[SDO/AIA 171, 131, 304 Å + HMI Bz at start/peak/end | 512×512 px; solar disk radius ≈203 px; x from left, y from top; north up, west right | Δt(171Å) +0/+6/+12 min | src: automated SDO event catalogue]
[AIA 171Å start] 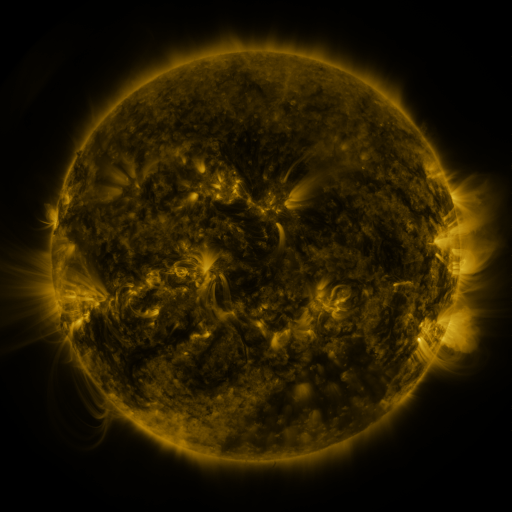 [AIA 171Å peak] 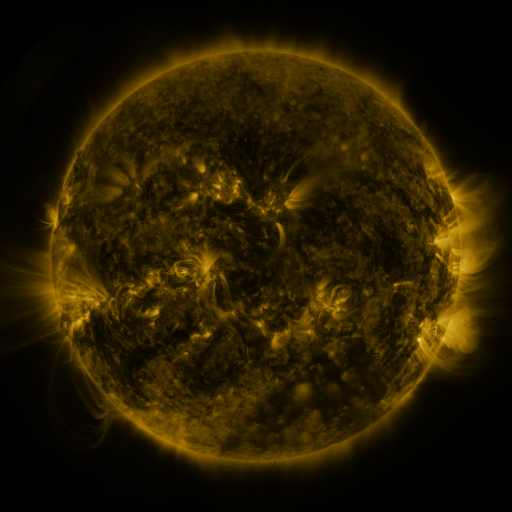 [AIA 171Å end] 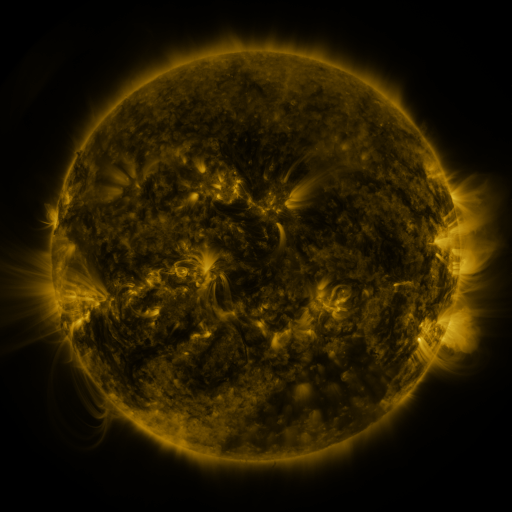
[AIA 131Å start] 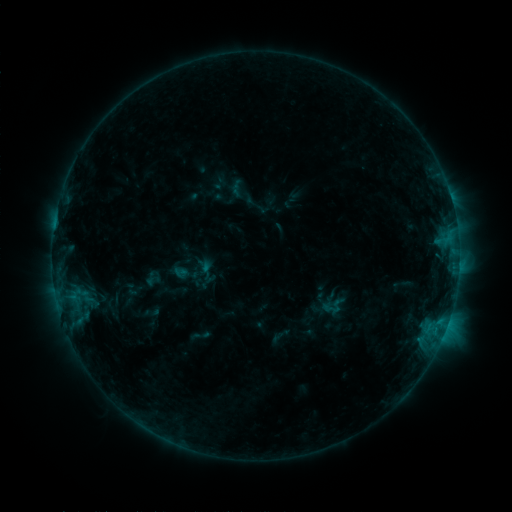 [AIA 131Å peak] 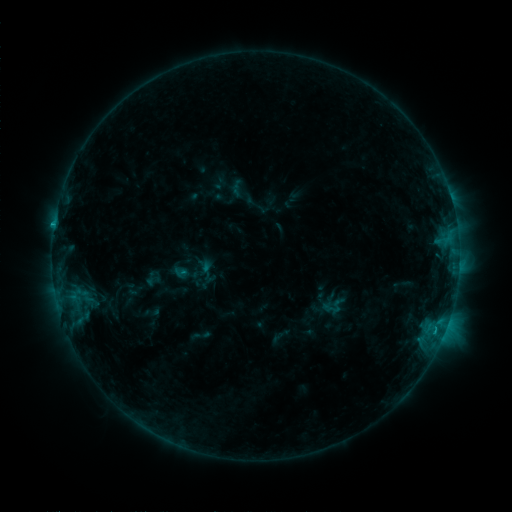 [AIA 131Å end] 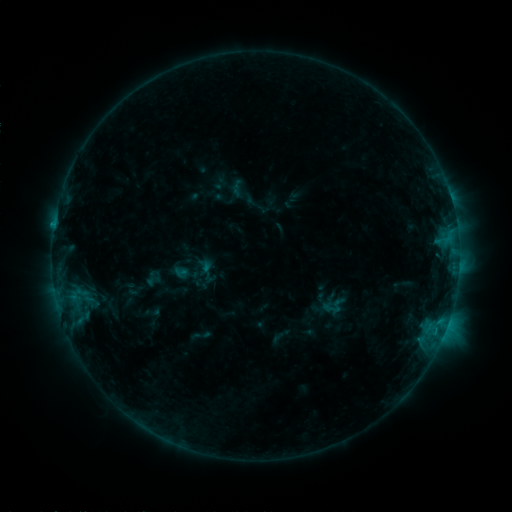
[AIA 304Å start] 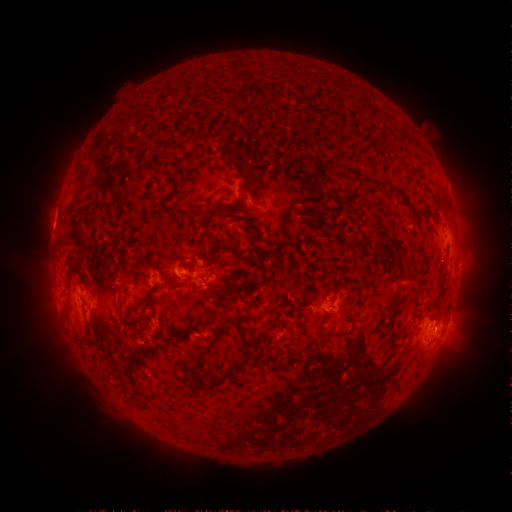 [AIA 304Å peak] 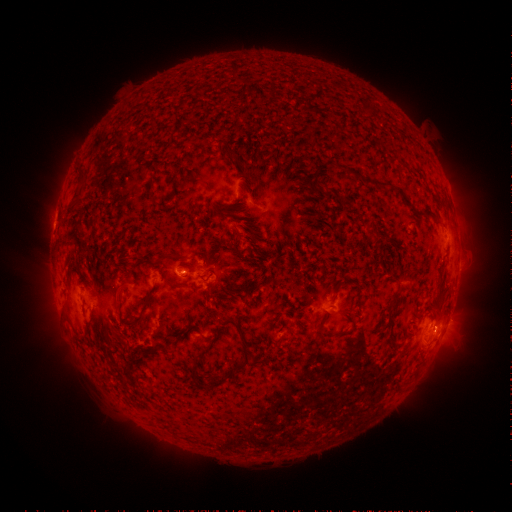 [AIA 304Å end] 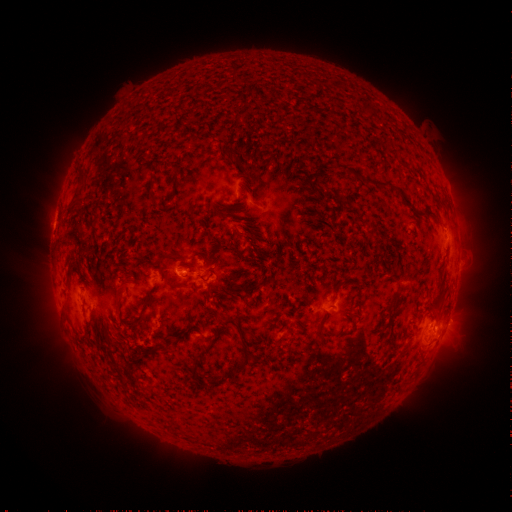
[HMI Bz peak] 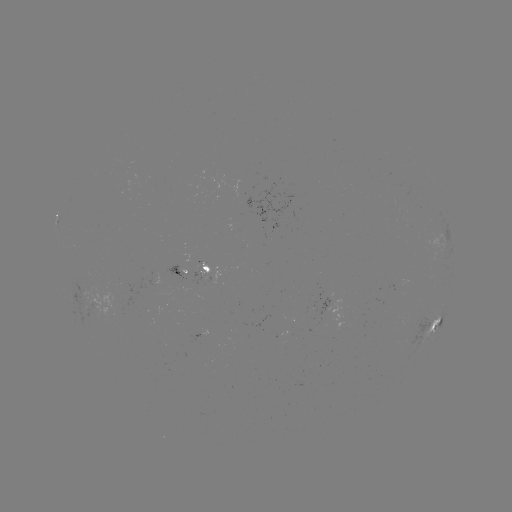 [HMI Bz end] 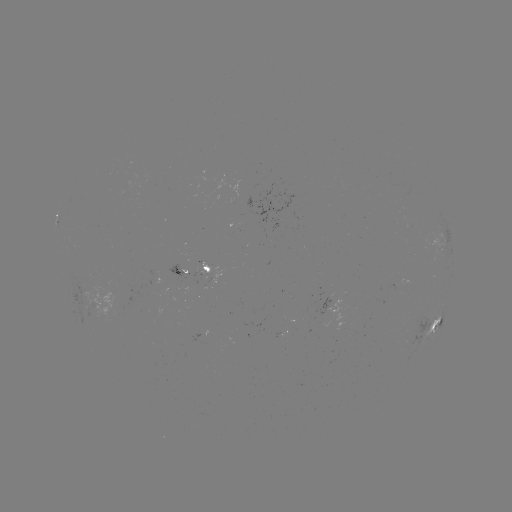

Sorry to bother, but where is C1.0 flare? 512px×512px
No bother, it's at [54, 227].